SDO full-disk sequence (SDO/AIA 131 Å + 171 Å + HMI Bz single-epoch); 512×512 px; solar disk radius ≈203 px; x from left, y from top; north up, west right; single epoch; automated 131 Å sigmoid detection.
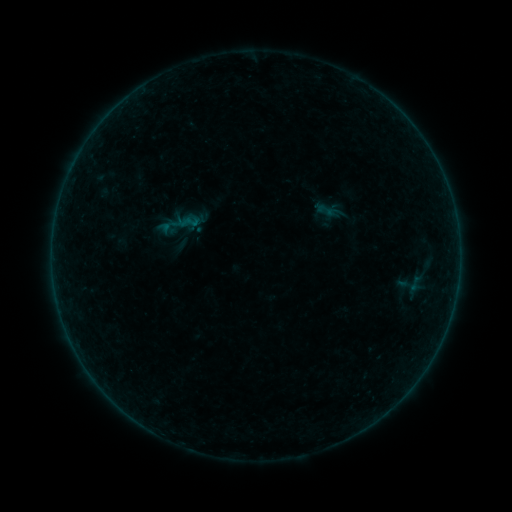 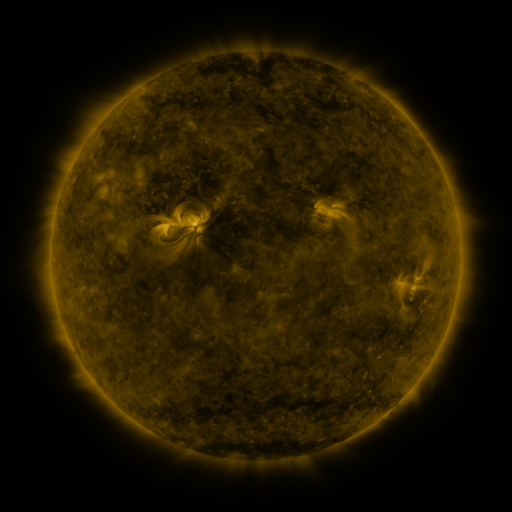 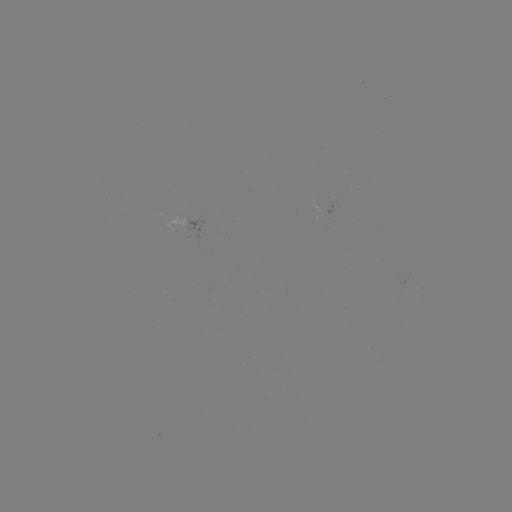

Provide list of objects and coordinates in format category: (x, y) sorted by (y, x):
sigmoid: (326, 210)
